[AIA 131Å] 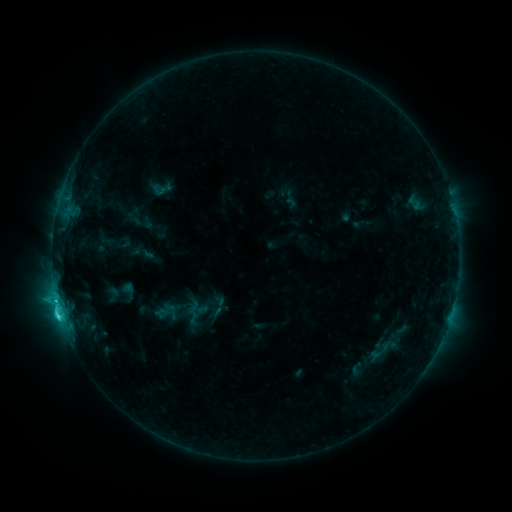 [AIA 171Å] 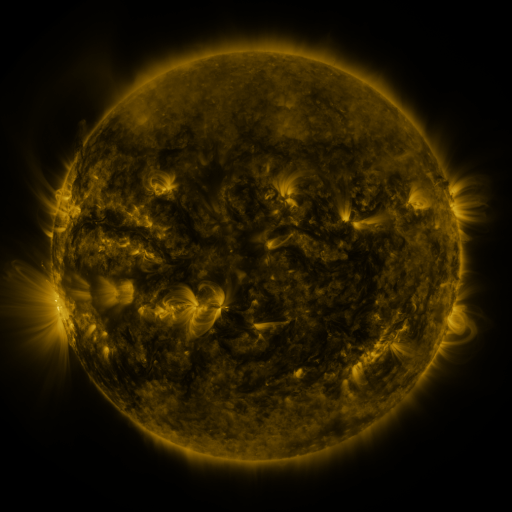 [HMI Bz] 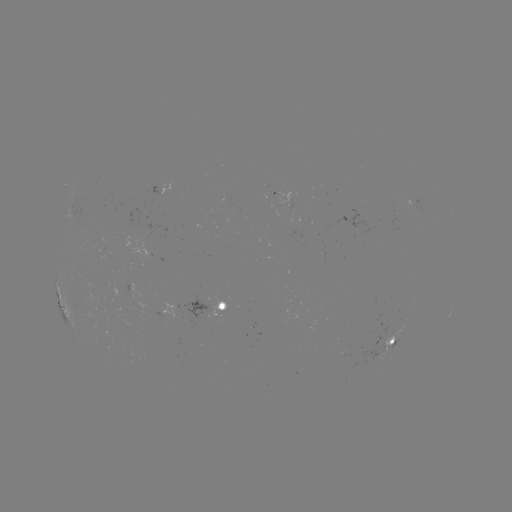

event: sigmoid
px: (198, 314)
